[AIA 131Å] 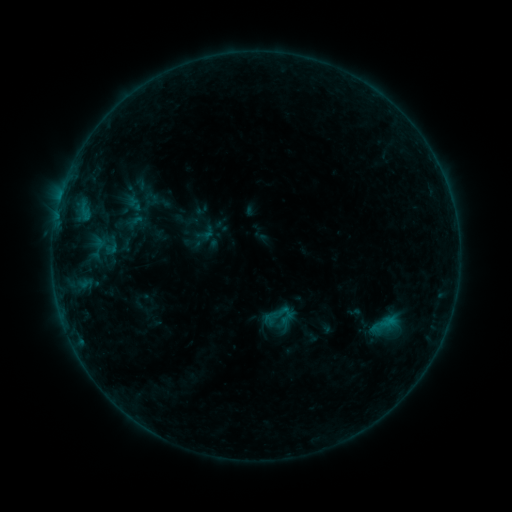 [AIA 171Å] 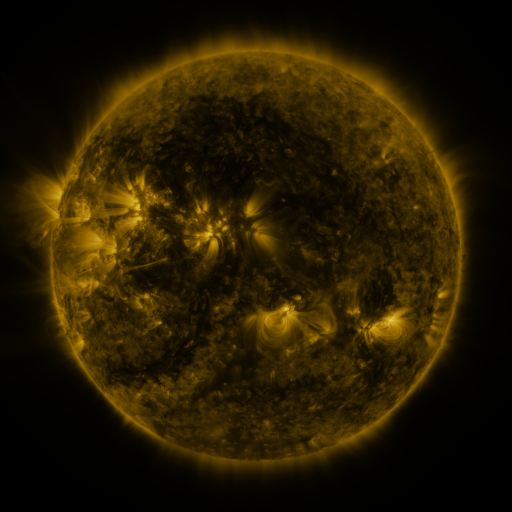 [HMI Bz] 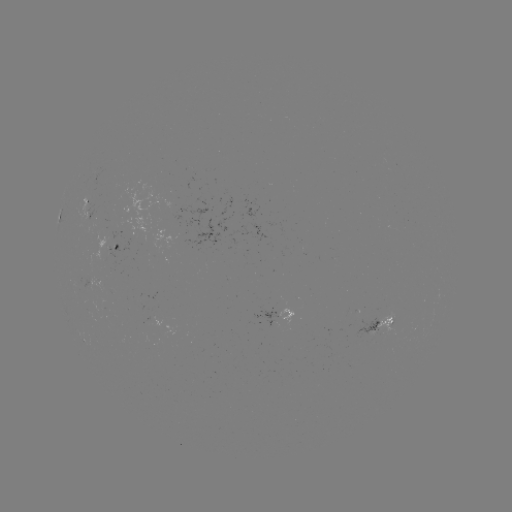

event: sigmoid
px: (281, 313)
